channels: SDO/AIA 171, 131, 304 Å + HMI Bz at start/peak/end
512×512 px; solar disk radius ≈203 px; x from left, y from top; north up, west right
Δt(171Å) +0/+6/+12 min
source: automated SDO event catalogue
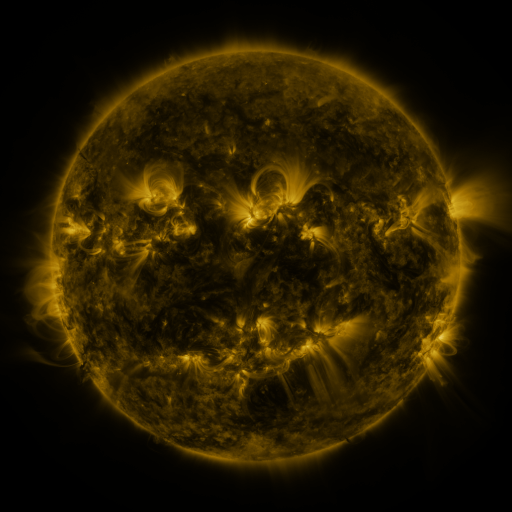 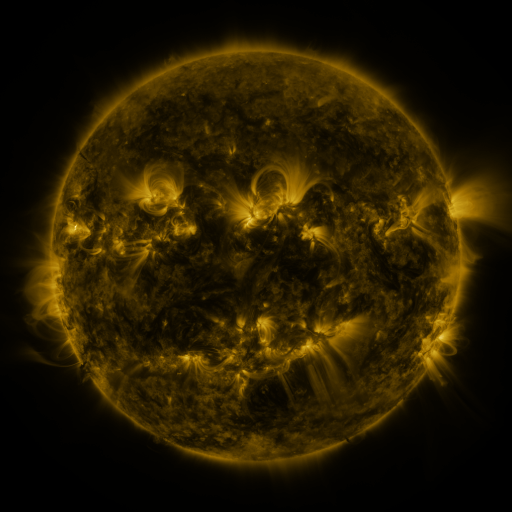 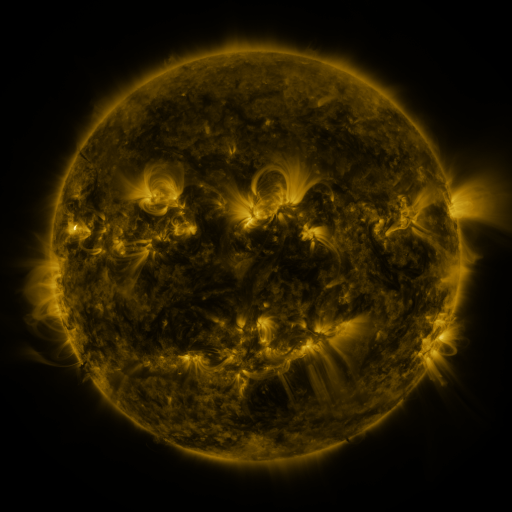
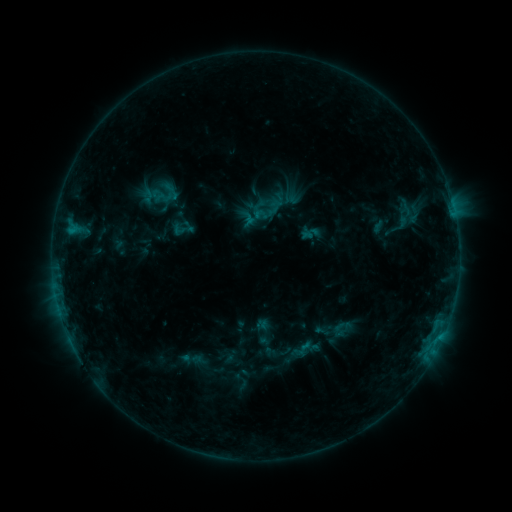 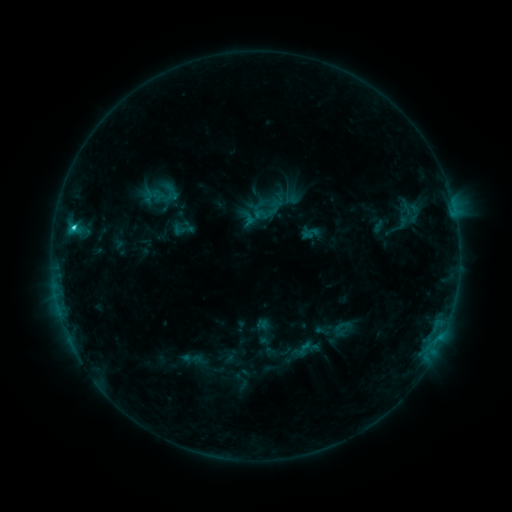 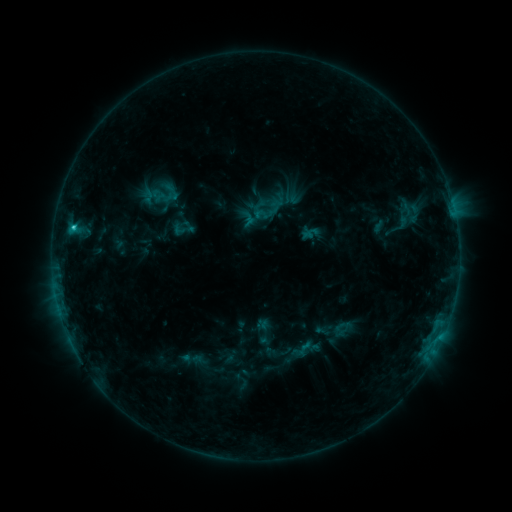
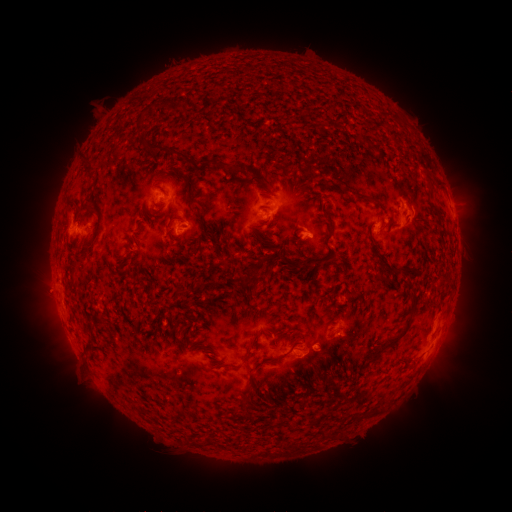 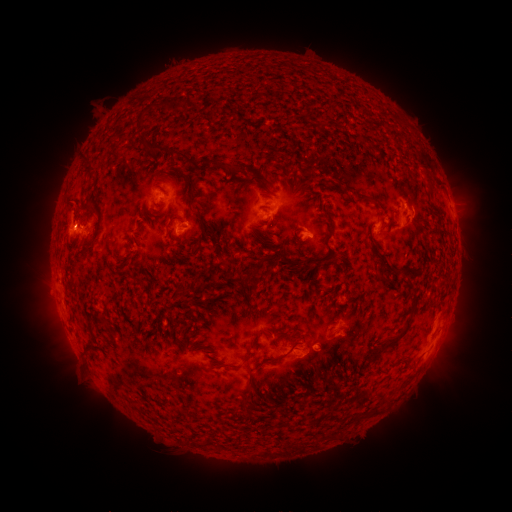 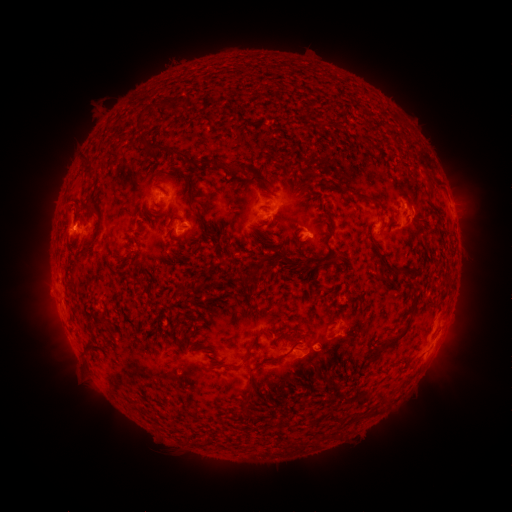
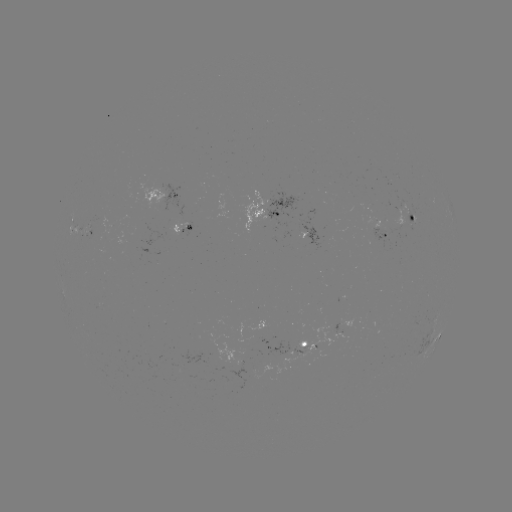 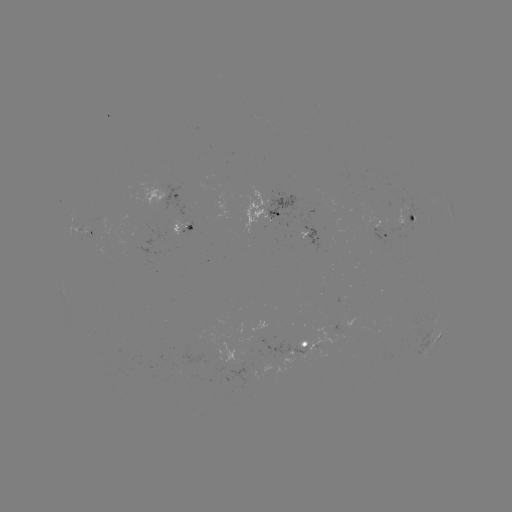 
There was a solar flare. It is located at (75, 228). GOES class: C1.3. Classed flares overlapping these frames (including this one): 1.